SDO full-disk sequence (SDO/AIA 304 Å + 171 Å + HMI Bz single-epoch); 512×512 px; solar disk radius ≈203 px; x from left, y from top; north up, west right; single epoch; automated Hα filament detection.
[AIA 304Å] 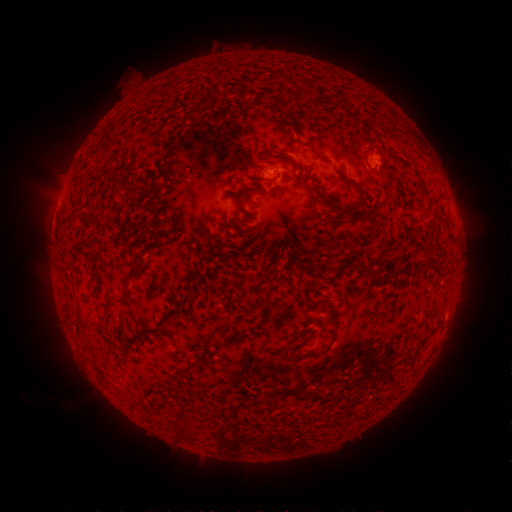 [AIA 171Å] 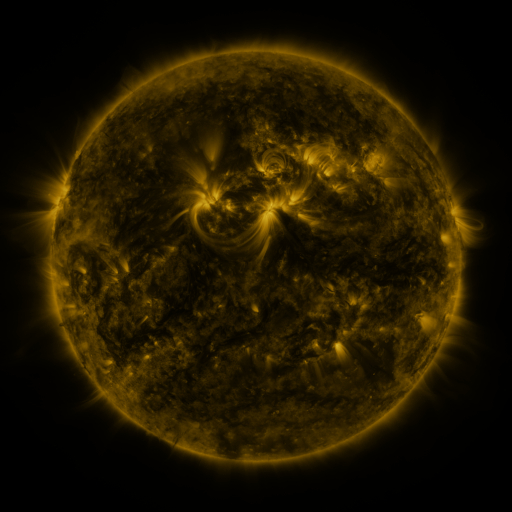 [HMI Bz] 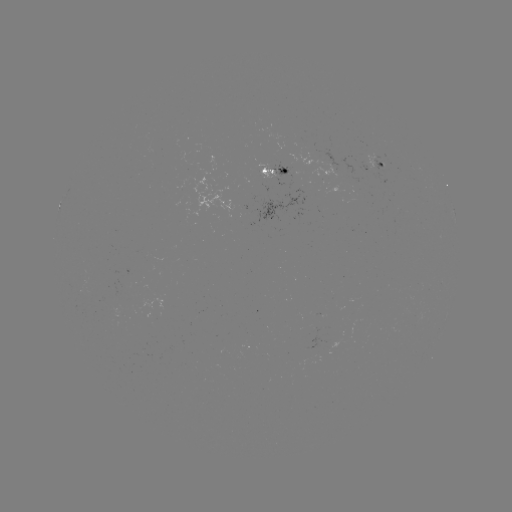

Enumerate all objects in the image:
filament: (268, 72, 279, 85)
filament: (100, 128, 114, 149)
filament: (279, 151, 298, 173)
filament: (336, 168, 366, 197)
filament: (257, 176, 278, 184)
filament: (234, 197, 243, 207)
filament: (318, 201, 331, 209)
filament: (330, 209, 344, 224)
filament: (348, 211, 376, 223)
filament: (424, 248, 434, 263)
filament: (121, 262, 144, 282)
filament: (427, 328, 438, 336)
filament: (280, 334, 300, 359)
filament: (206, 340, 217, 348)
filament: (291, 348, 327, 361)
filament: (154, 401, 166, 411)
filament: (173, 423, 193, 438)
